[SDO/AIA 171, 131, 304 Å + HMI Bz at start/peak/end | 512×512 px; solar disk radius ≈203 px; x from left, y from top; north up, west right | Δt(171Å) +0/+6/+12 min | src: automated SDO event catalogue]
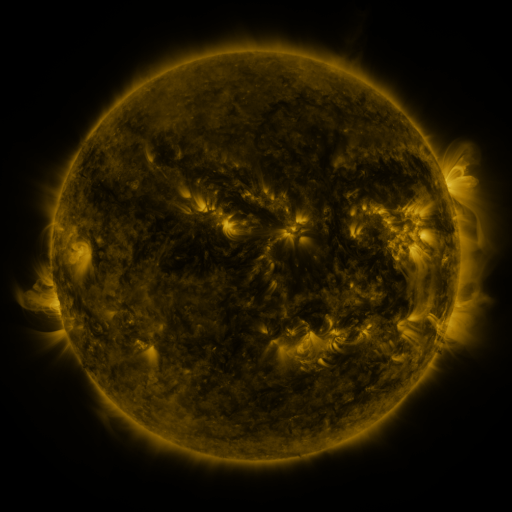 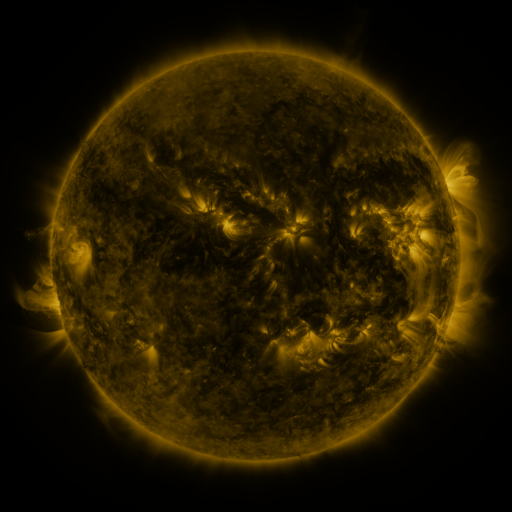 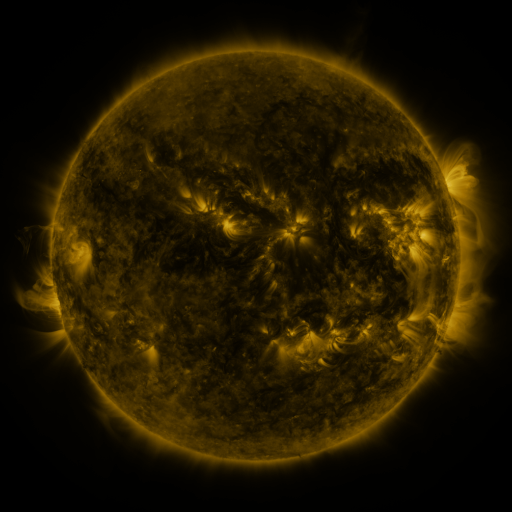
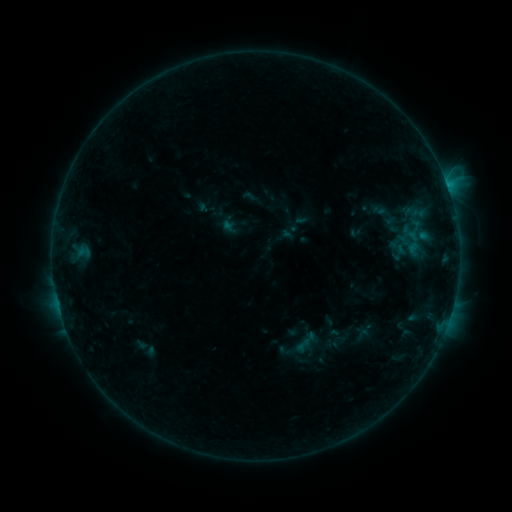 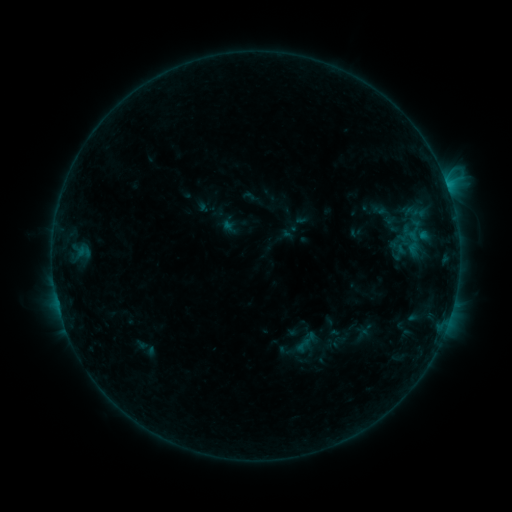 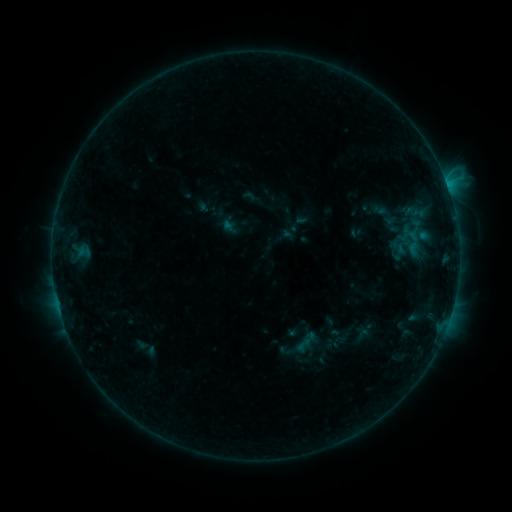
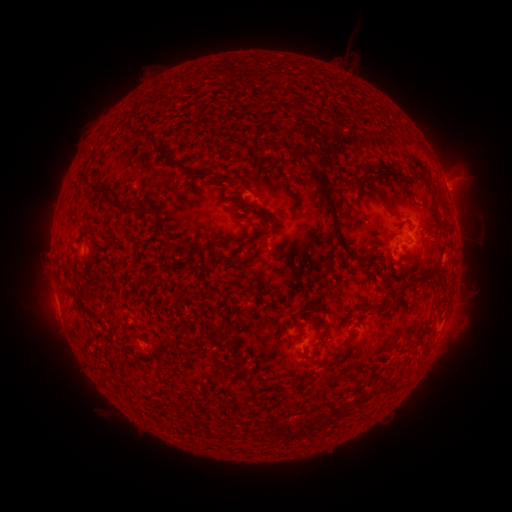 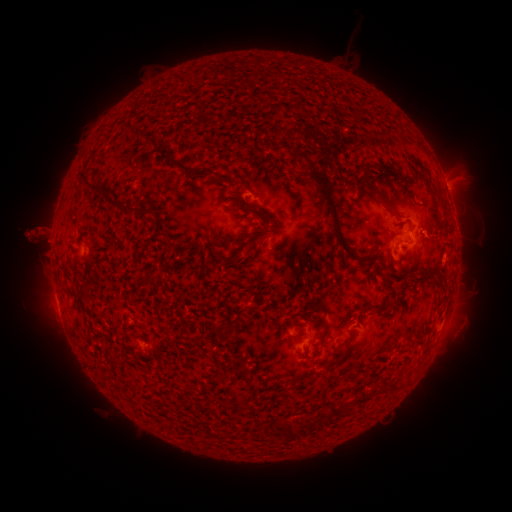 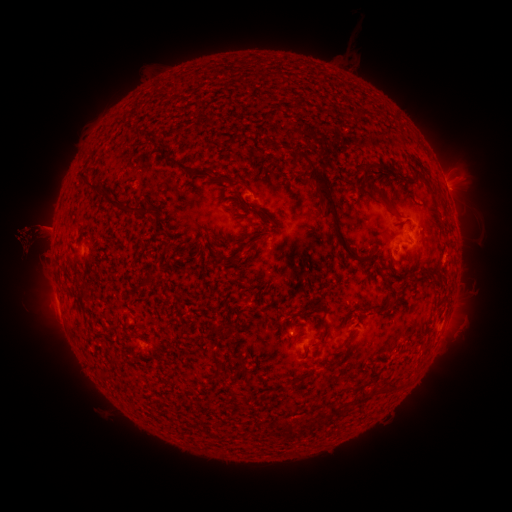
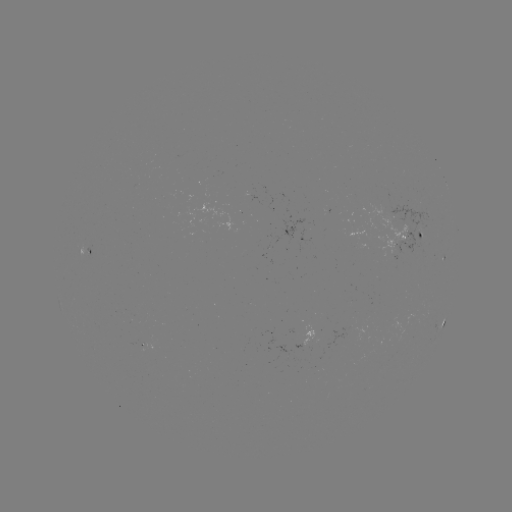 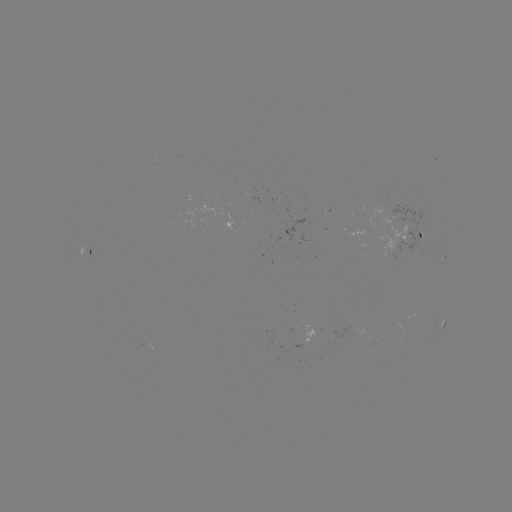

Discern eruption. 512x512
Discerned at [36, 237].